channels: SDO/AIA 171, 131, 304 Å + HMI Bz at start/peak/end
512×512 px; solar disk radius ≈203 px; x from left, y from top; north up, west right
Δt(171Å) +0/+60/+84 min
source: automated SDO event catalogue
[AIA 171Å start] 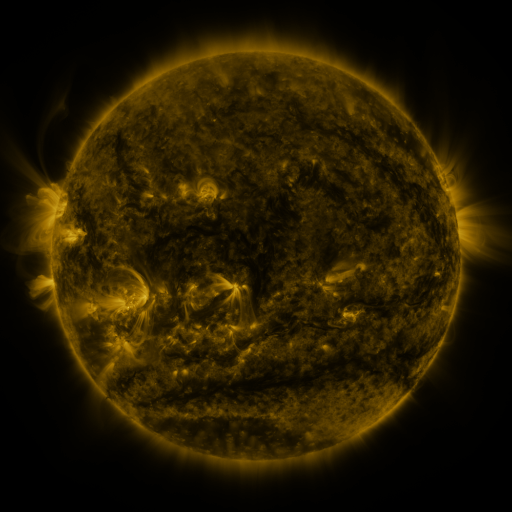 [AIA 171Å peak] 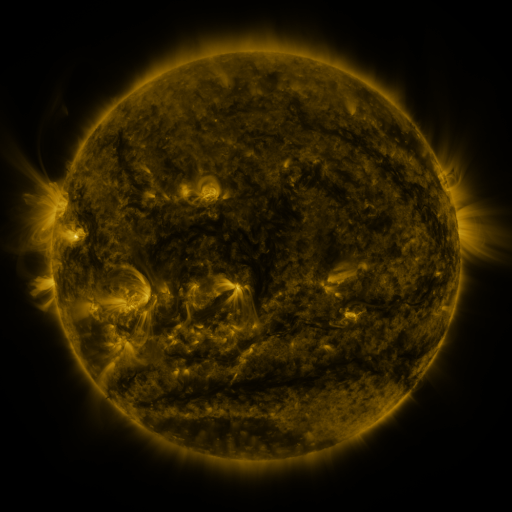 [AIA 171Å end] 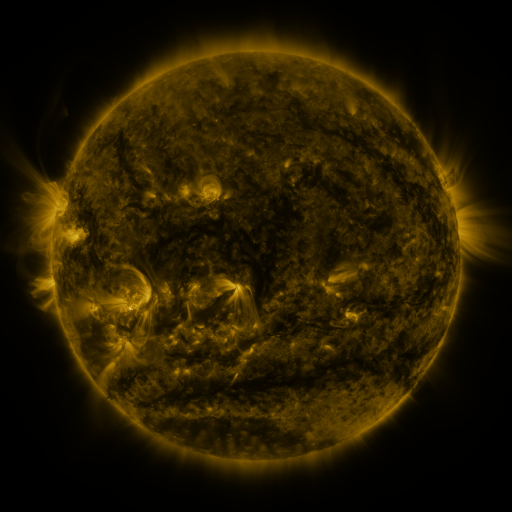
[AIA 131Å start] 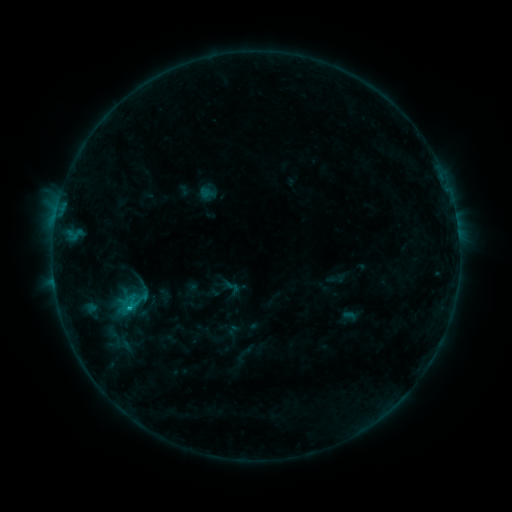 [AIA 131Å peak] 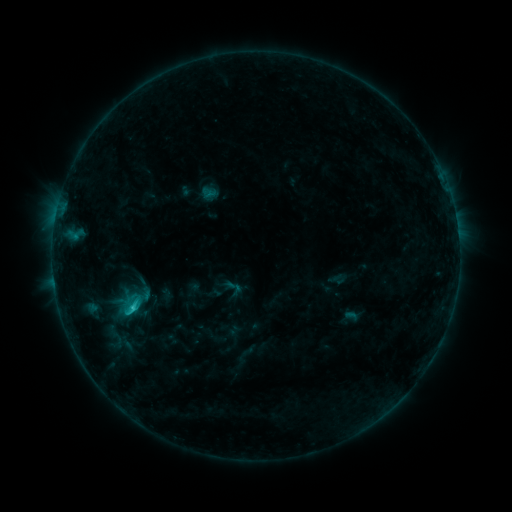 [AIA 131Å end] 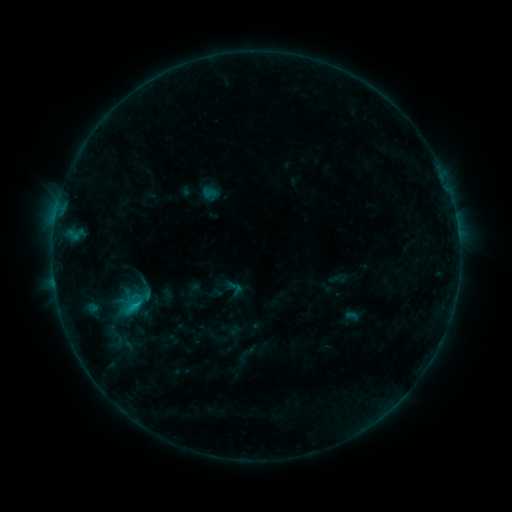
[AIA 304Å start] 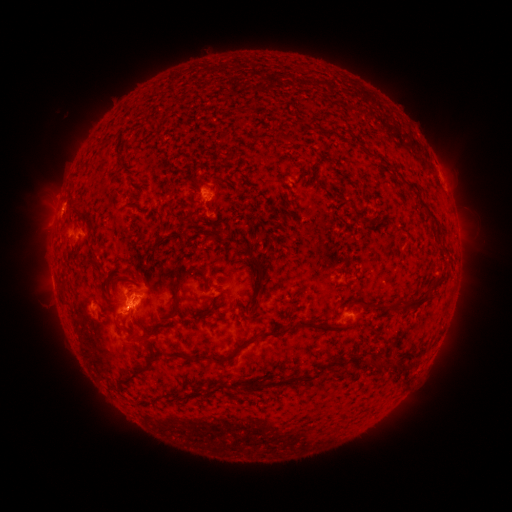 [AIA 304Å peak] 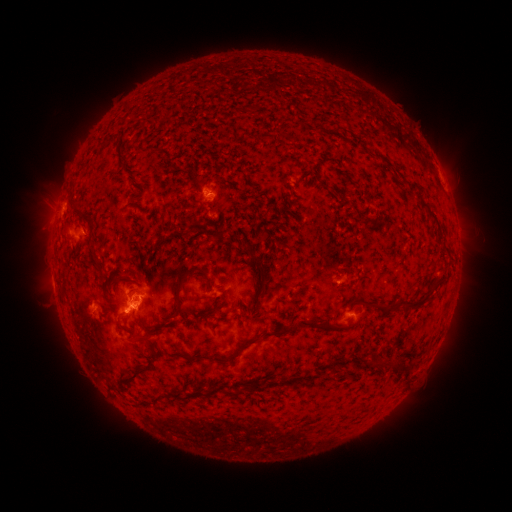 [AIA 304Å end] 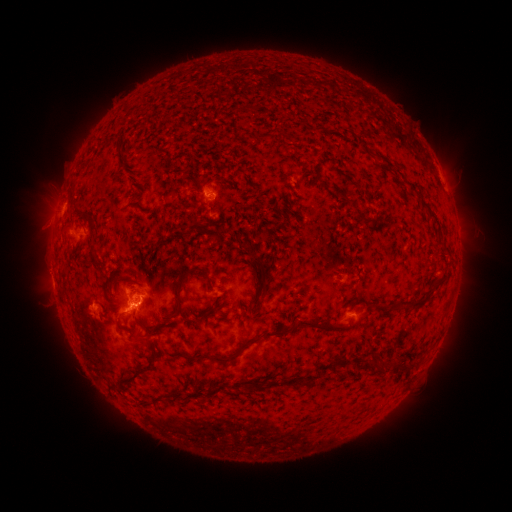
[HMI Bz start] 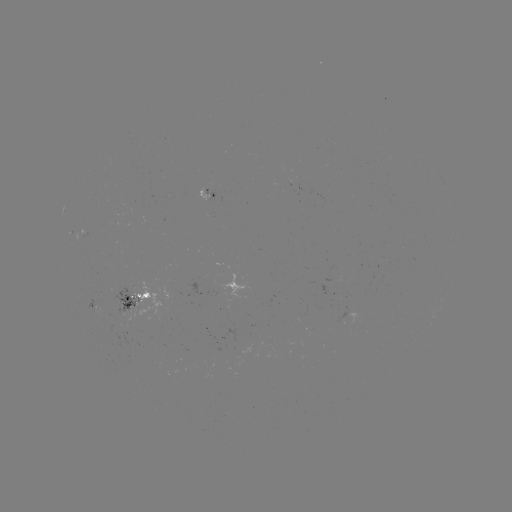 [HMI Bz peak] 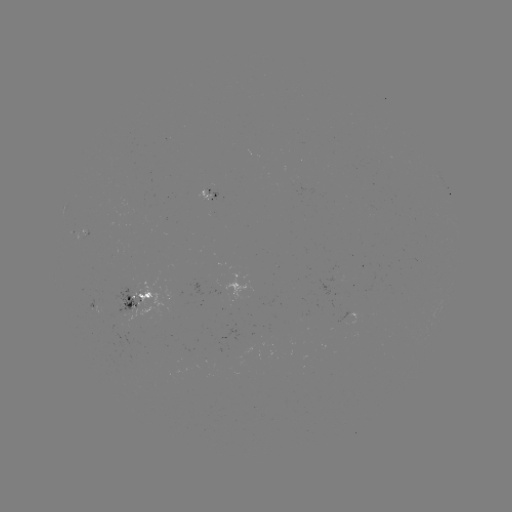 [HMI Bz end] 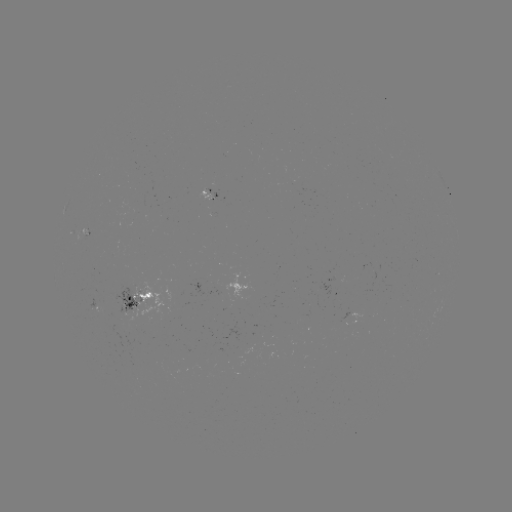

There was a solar emerging-flux region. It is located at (214, 195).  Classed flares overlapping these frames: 2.